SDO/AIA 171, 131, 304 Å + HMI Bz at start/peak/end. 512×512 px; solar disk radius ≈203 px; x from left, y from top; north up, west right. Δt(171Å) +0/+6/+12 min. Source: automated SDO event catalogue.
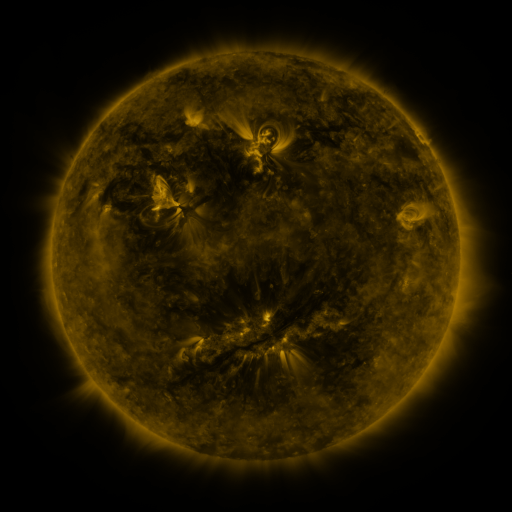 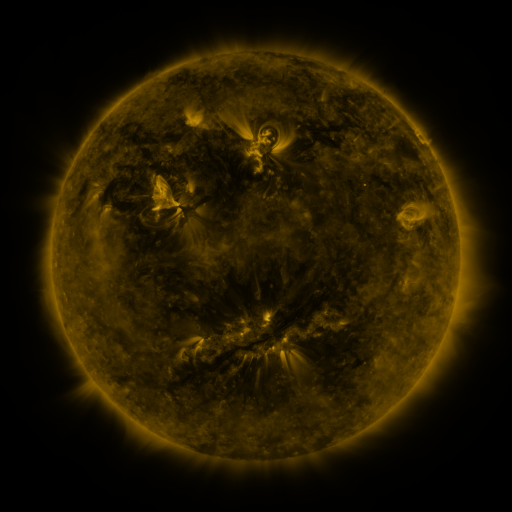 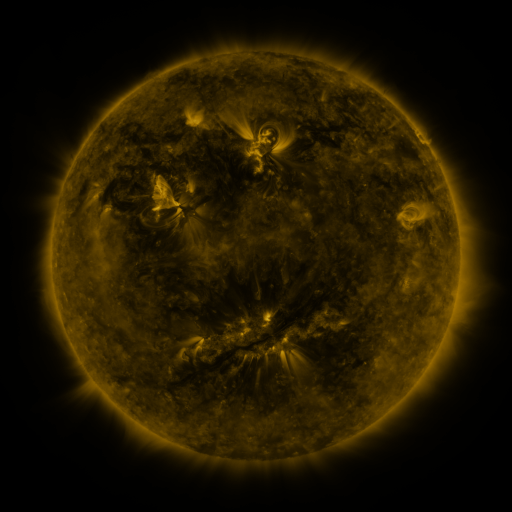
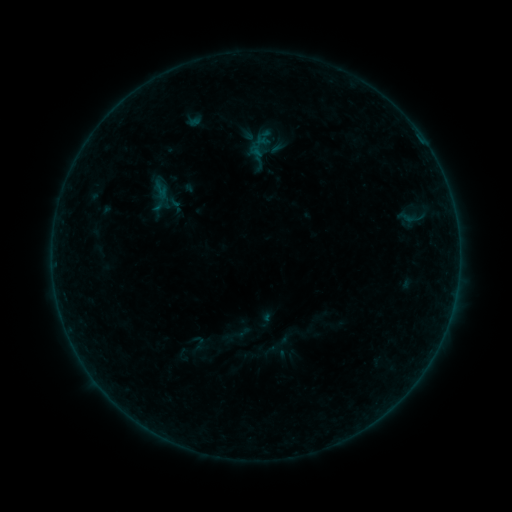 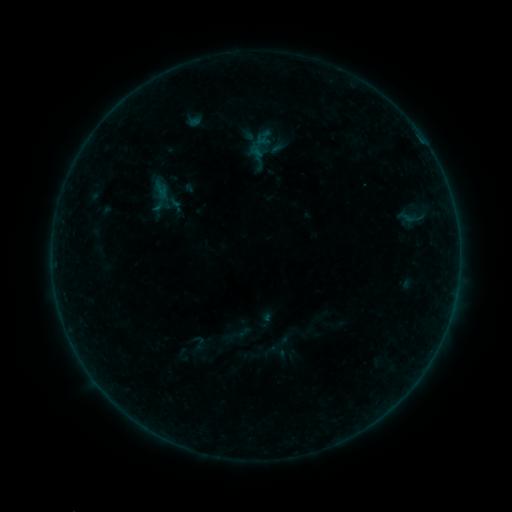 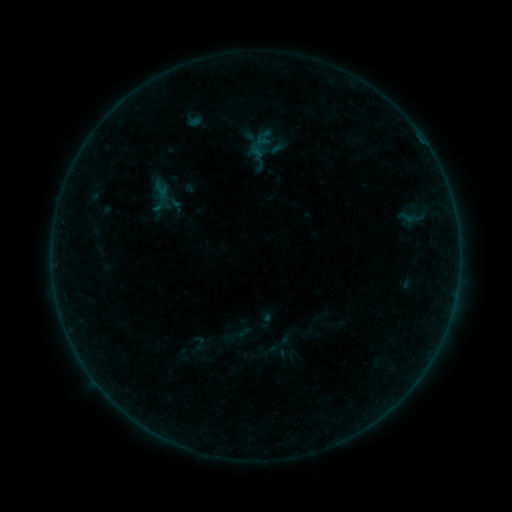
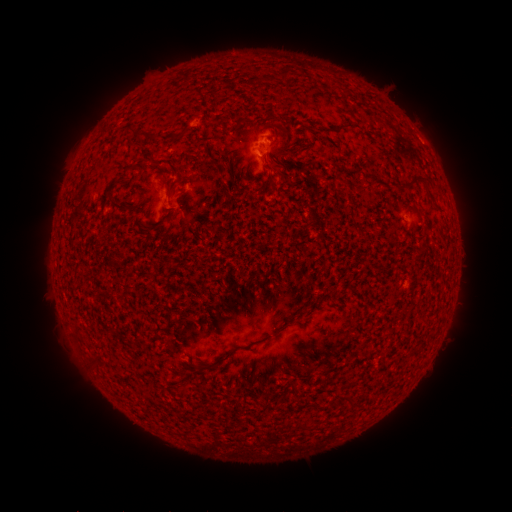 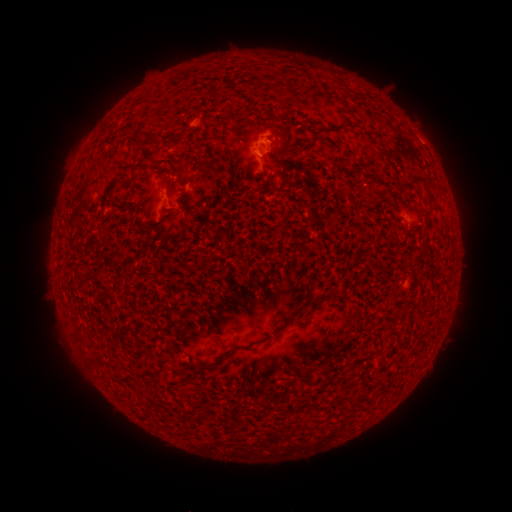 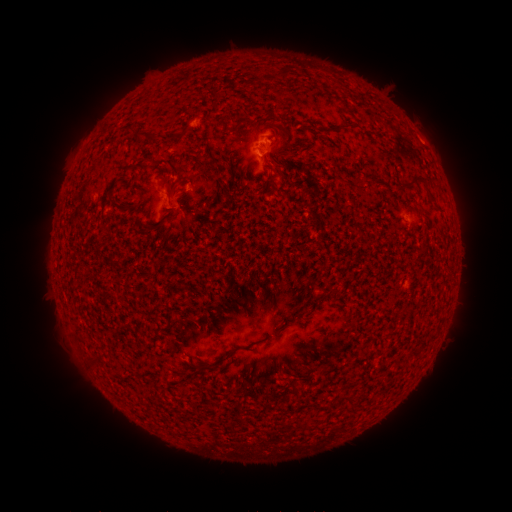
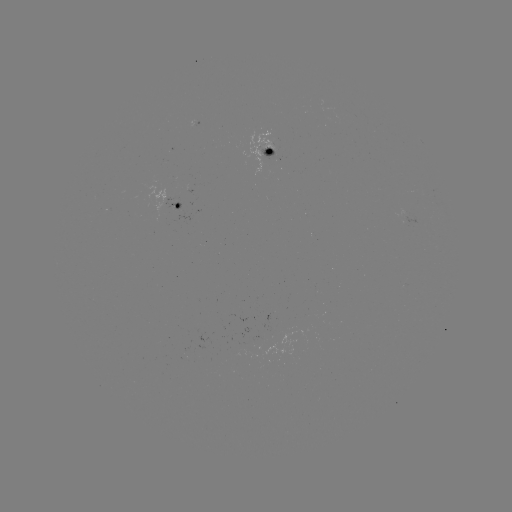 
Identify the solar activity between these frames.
nothing was catalogued: no classed flare, no EUV trigger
